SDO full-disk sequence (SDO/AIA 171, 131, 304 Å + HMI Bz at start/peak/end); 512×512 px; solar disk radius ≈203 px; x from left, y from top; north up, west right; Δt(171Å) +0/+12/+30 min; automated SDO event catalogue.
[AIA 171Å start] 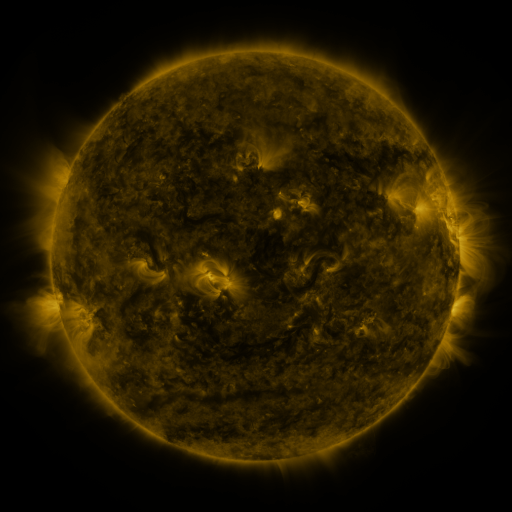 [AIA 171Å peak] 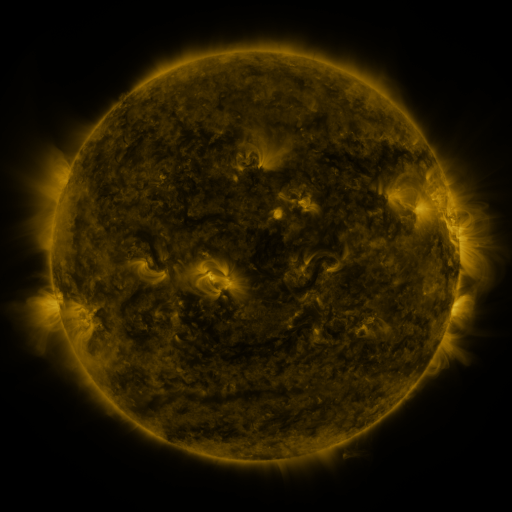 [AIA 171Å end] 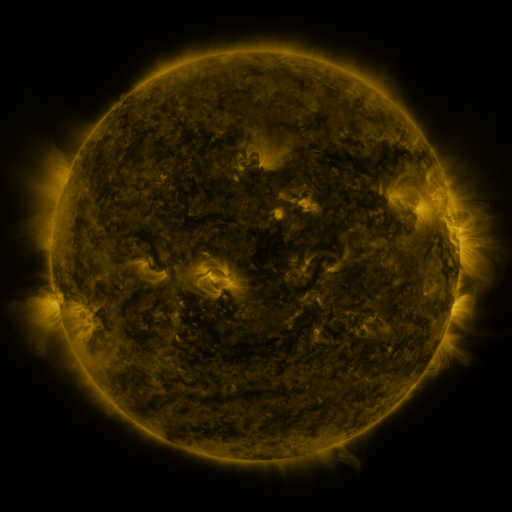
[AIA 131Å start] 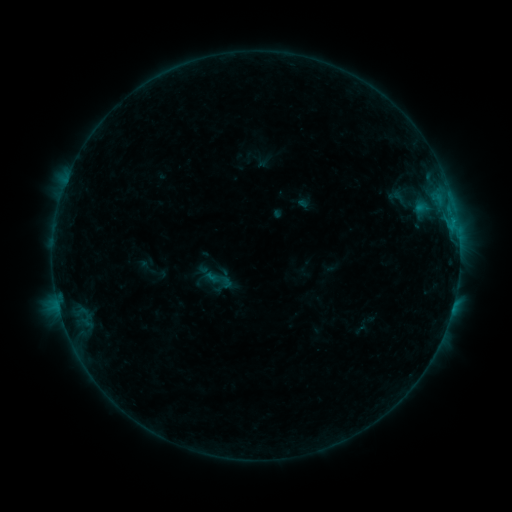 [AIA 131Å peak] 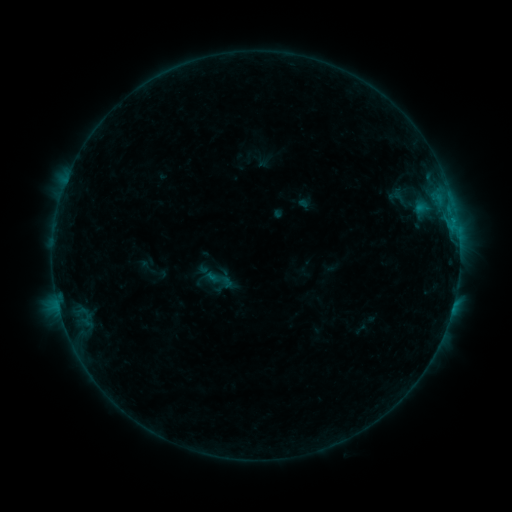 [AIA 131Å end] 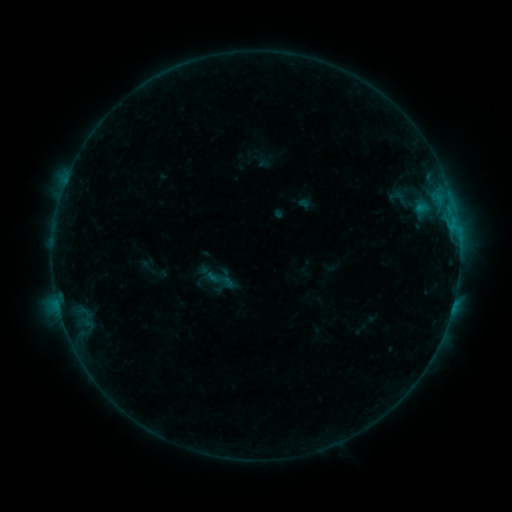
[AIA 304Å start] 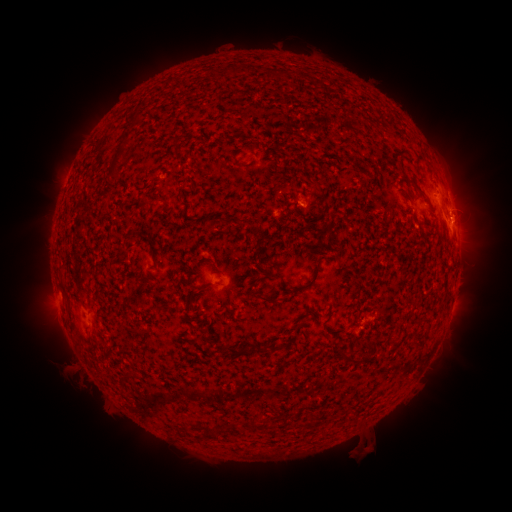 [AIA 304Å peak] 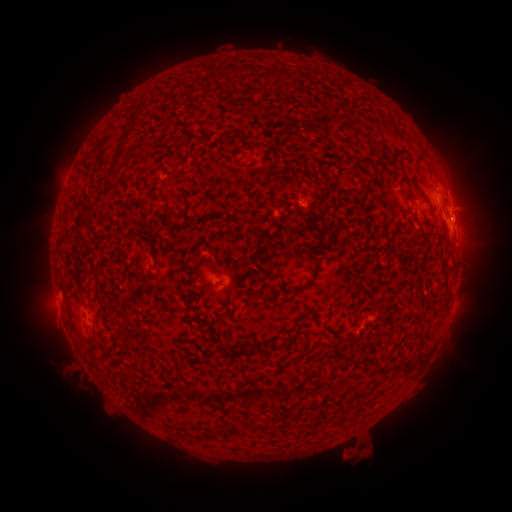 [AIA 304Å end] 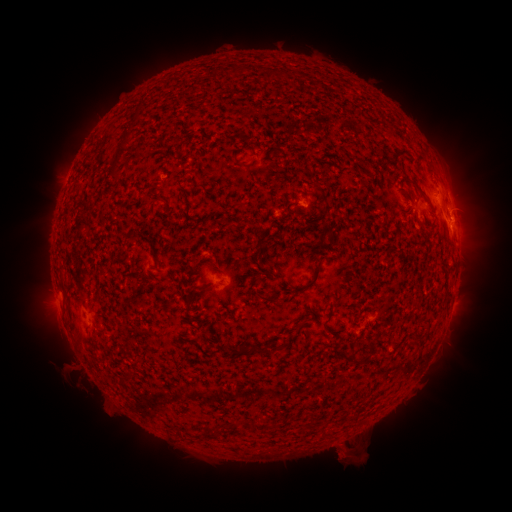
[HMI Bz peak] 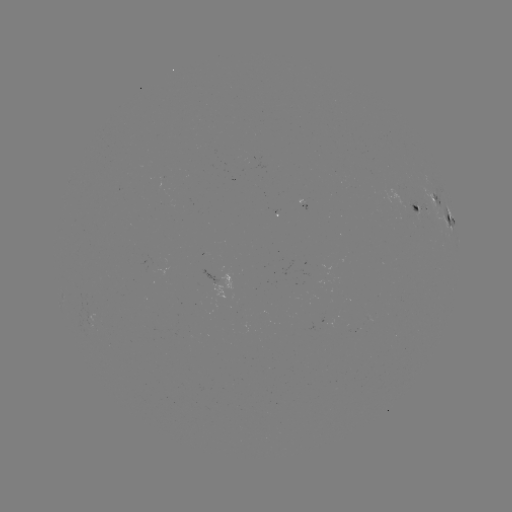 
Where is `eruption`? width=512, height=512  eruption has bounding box [330, 433, 374, 471].